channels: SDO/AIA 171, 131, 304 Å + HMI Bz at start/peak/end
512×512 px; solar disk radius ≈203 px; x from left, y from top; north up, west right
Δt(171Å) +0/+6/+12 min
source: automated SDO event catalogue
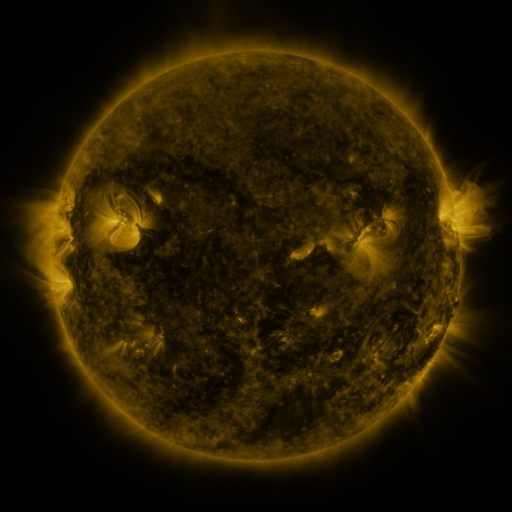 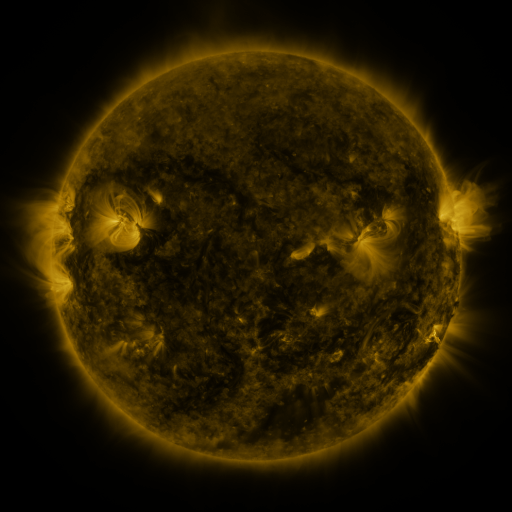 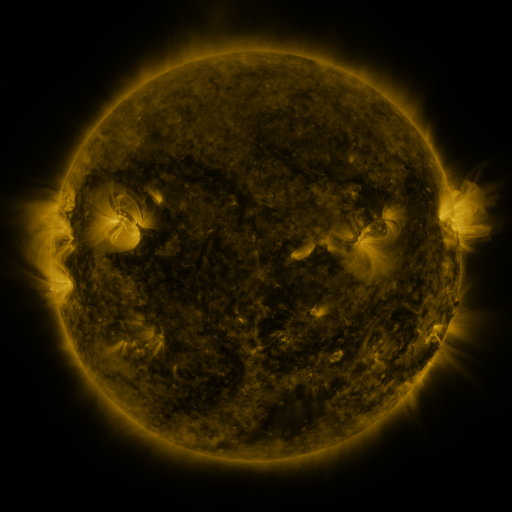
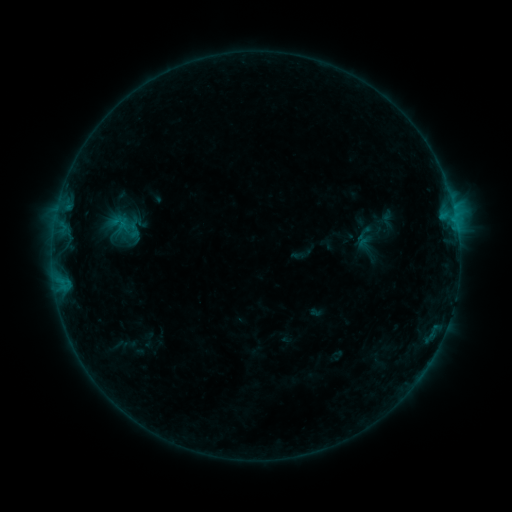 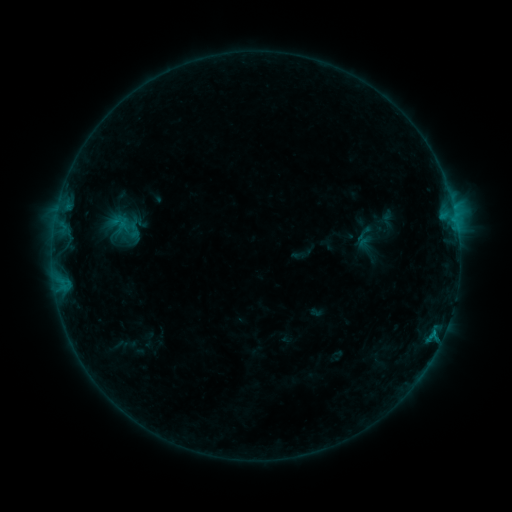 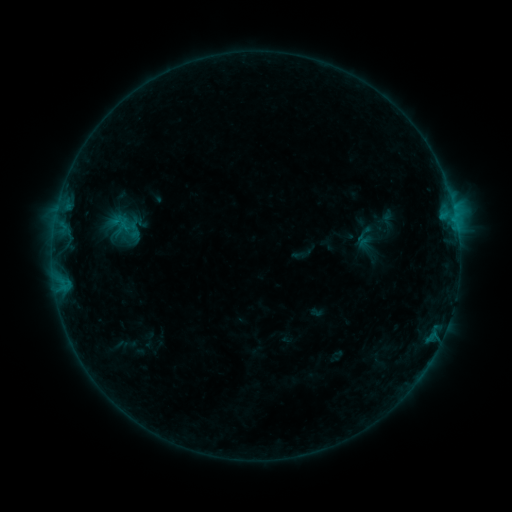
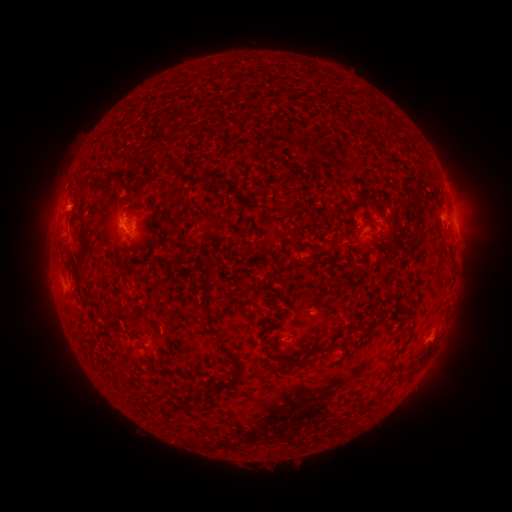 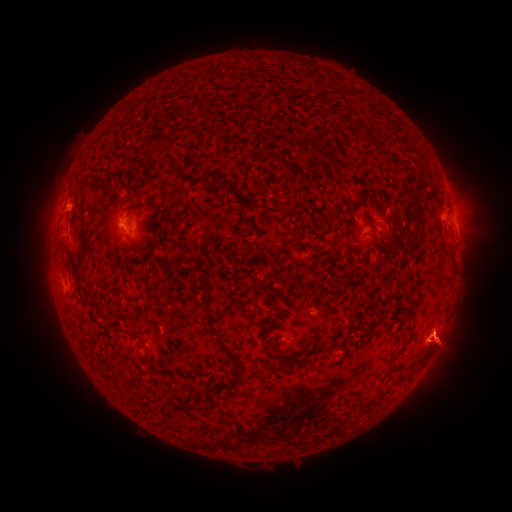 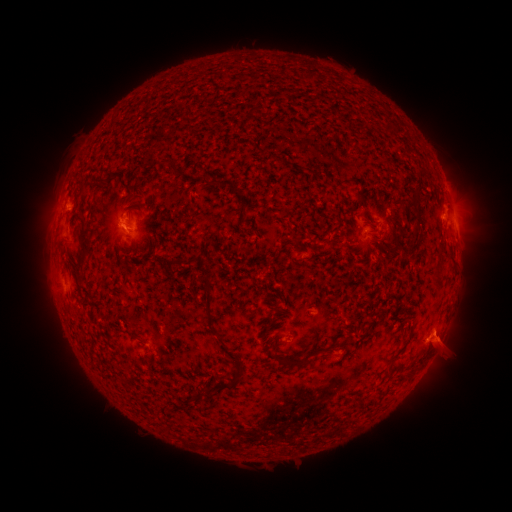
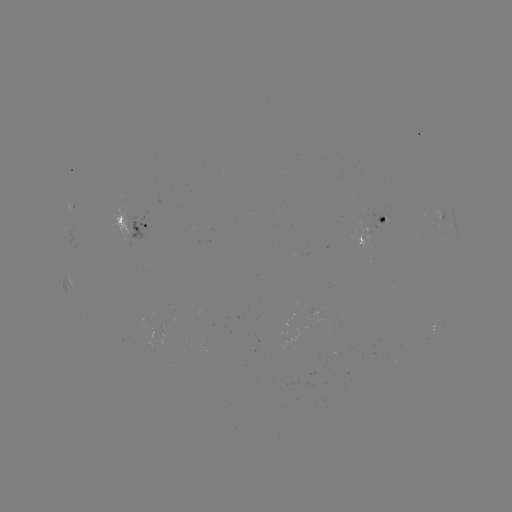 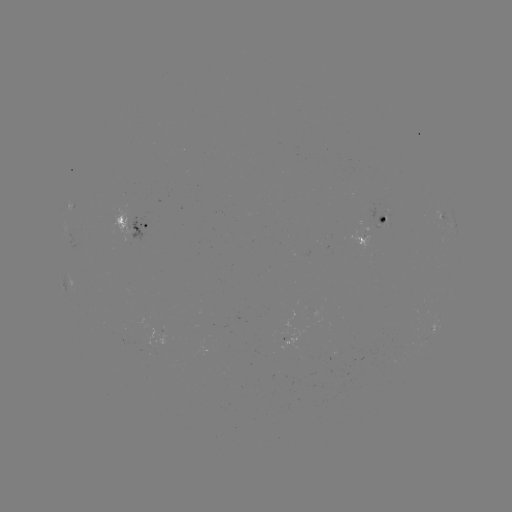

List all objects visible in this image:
eruption: (442, 341)
